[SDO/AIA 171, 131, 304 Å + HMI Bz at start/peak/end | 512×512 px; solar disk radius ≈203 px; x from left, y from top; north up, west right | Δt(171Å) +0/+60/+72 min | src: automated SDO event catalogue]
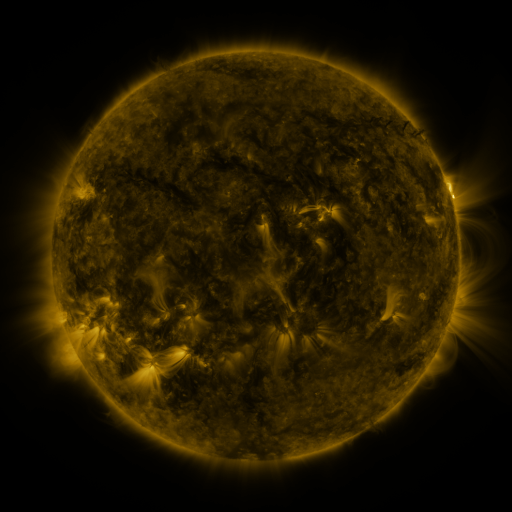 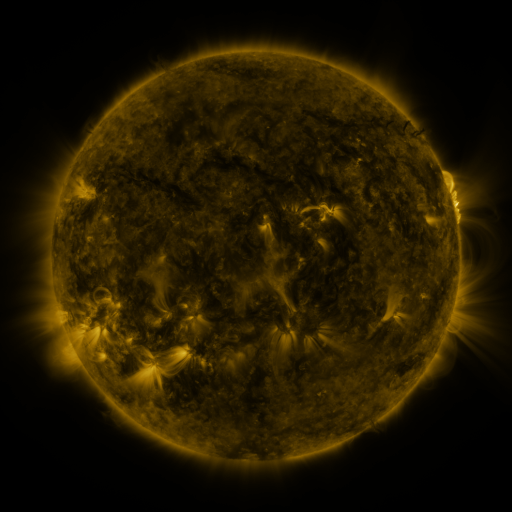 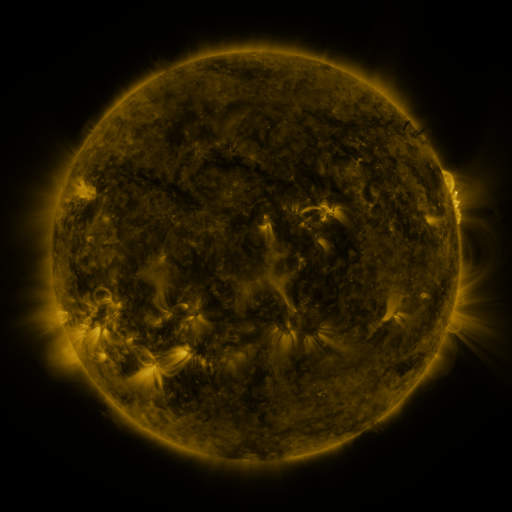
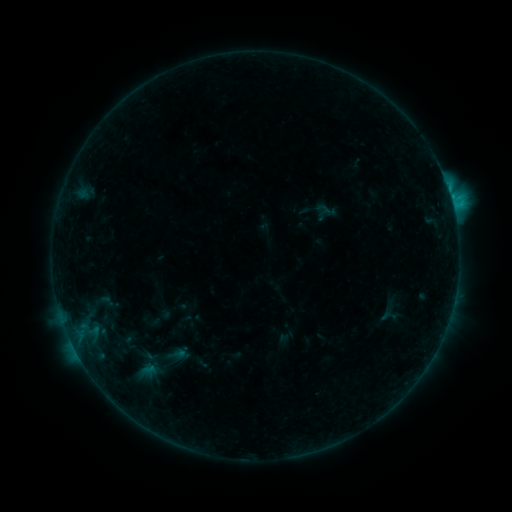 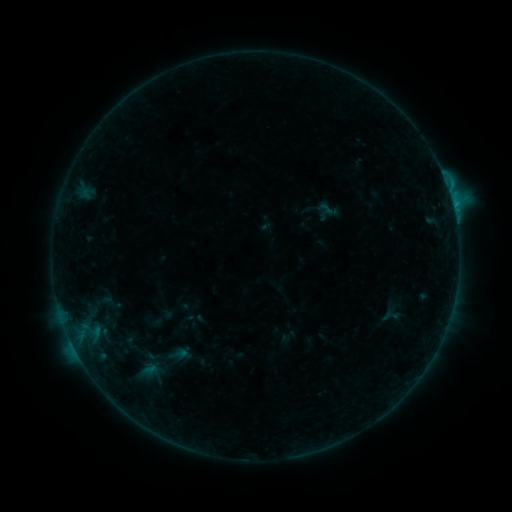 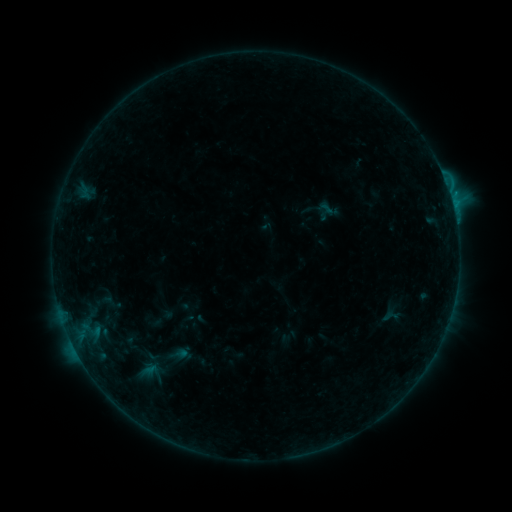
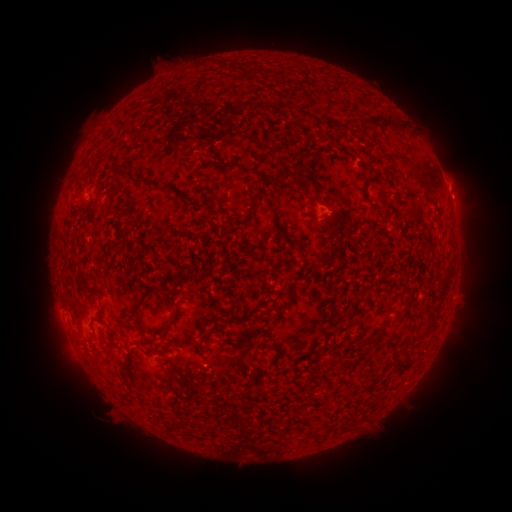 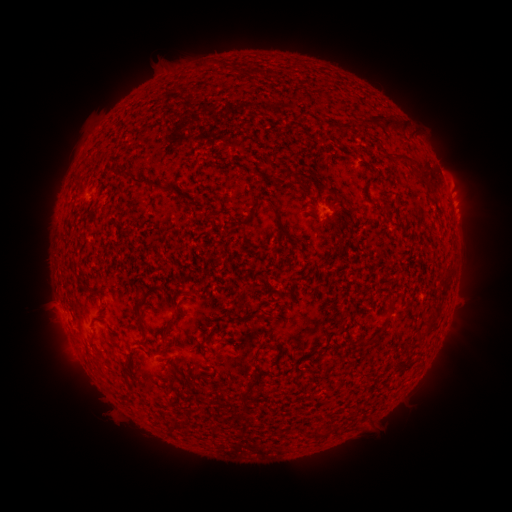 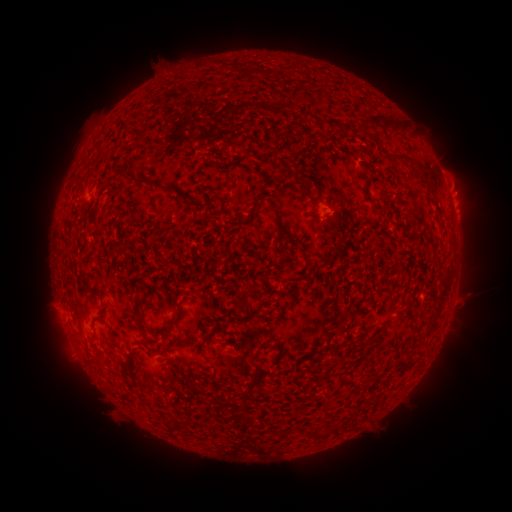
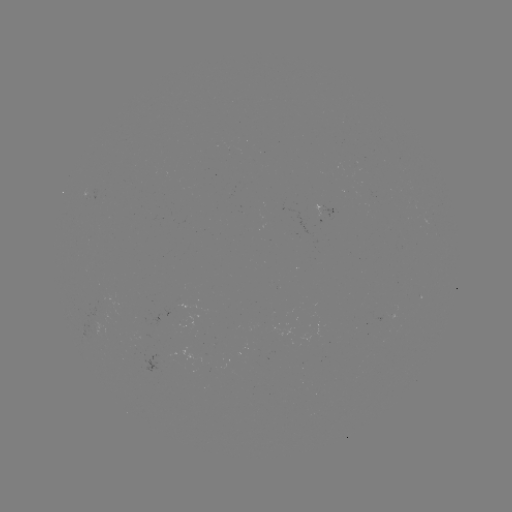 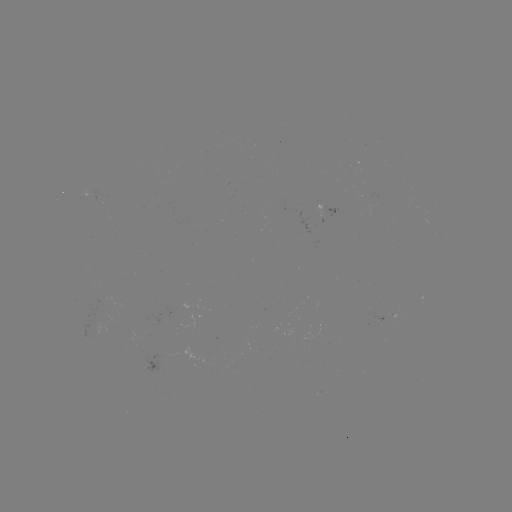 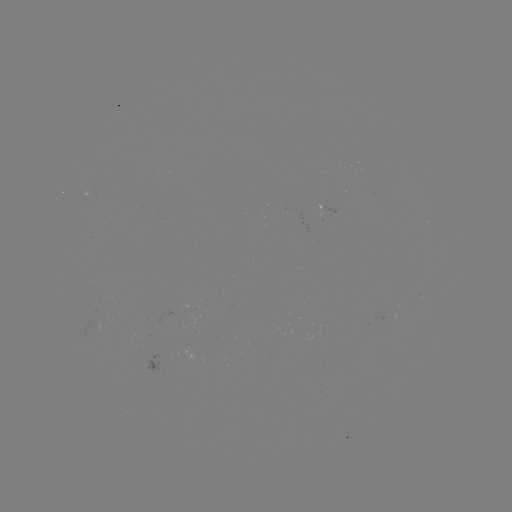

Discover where emerging-flux region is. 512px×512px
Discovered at (94, 309).